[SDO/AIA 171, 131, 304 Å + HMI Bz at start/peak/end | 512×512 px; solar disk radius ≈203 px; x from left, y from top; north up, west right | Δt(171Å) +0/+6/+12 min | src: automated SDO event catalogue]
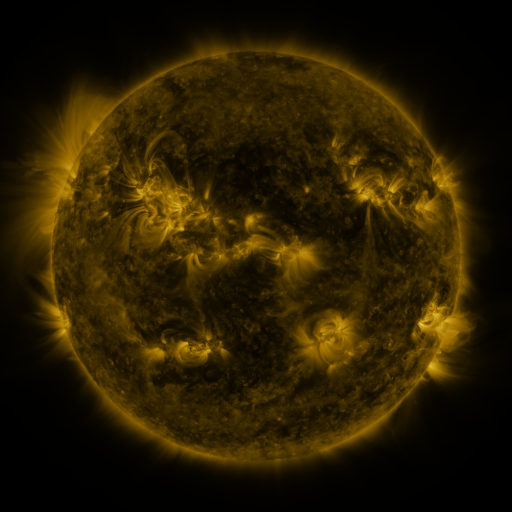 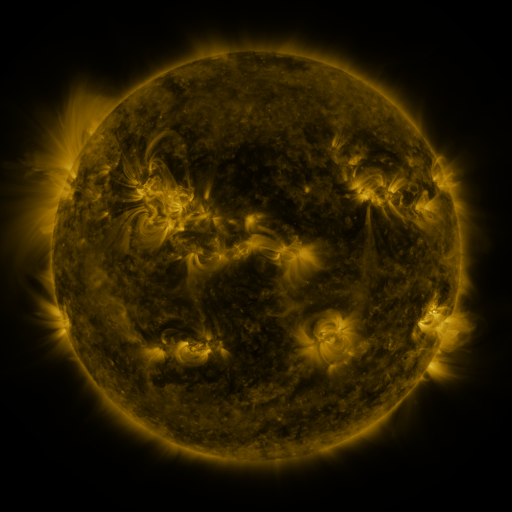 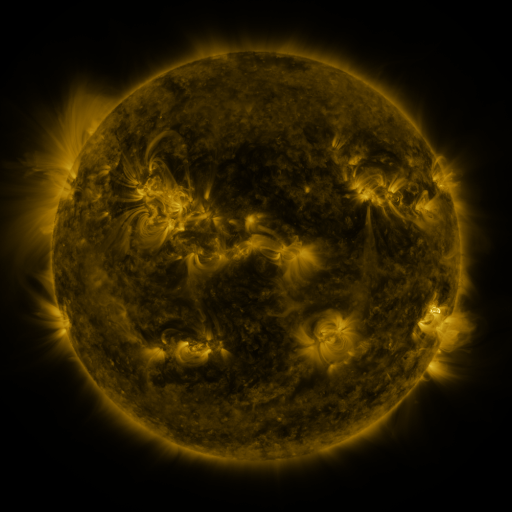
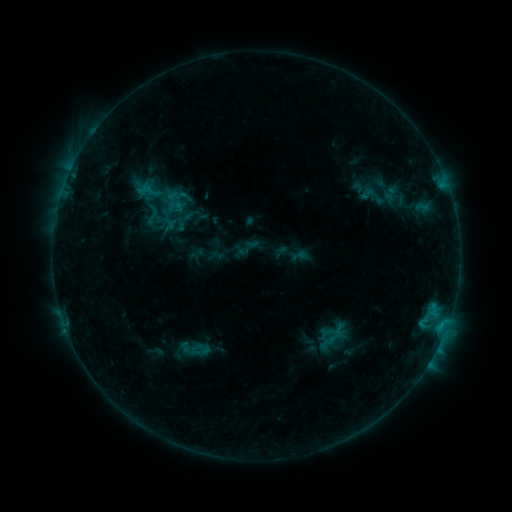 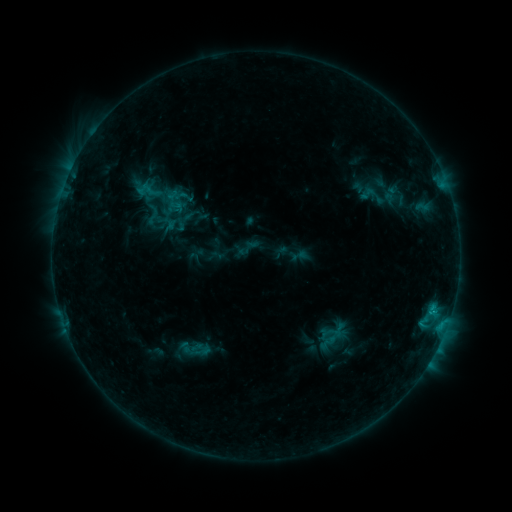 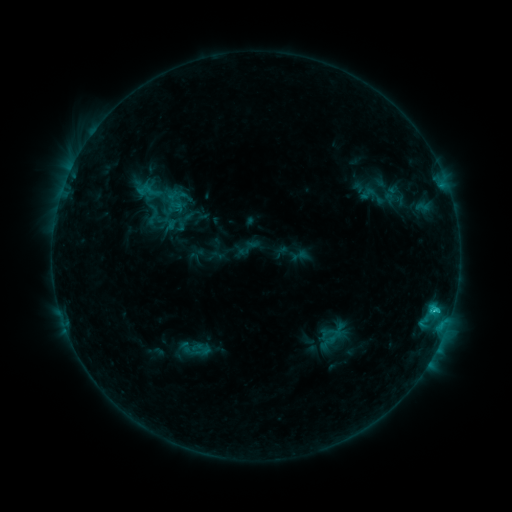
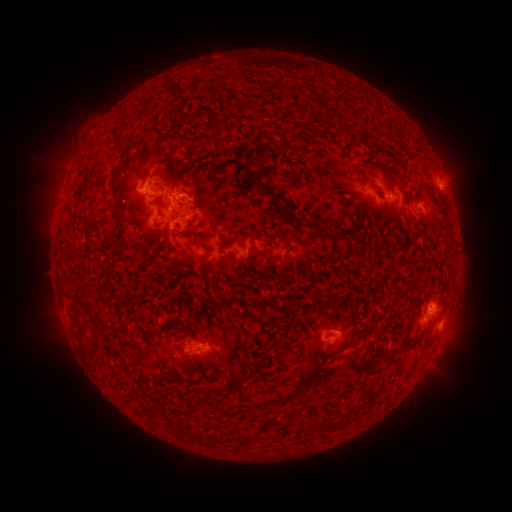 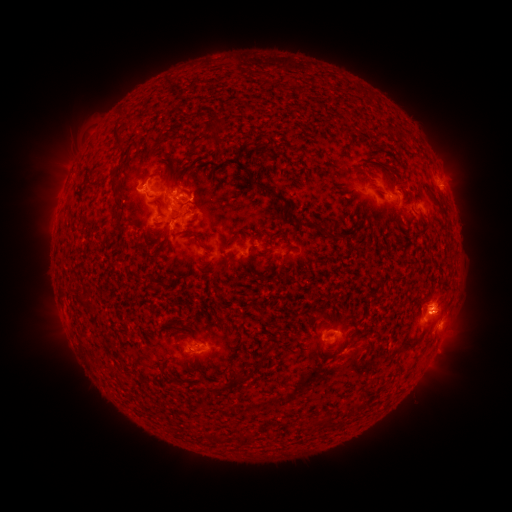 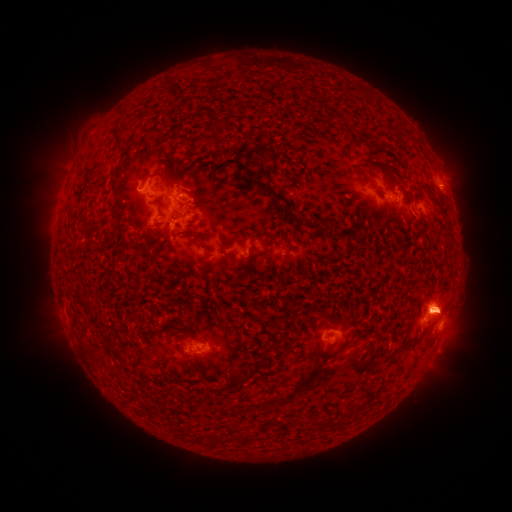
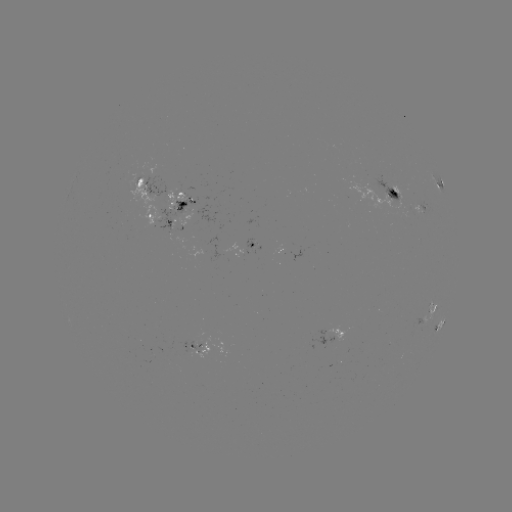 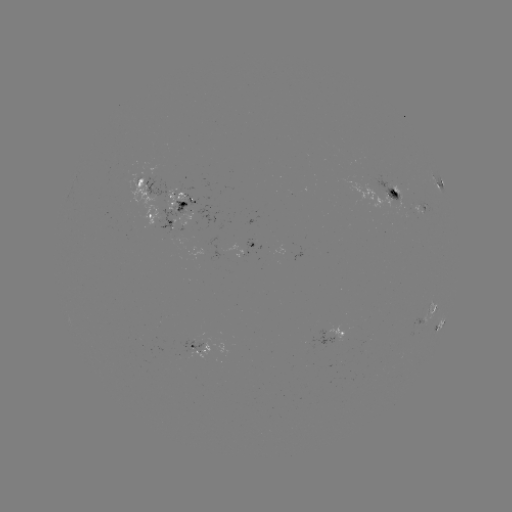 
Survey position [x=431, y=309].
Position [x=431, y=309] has C2.0 flare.